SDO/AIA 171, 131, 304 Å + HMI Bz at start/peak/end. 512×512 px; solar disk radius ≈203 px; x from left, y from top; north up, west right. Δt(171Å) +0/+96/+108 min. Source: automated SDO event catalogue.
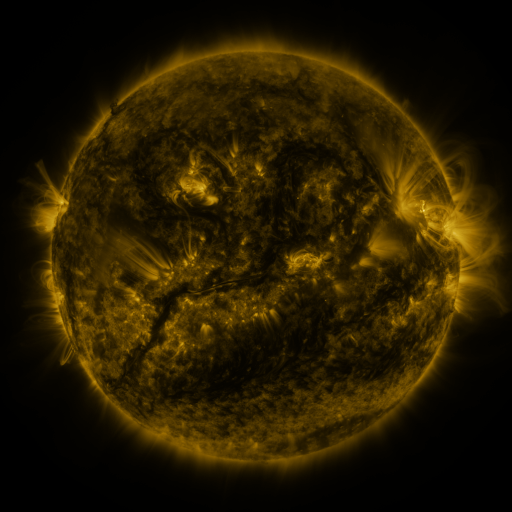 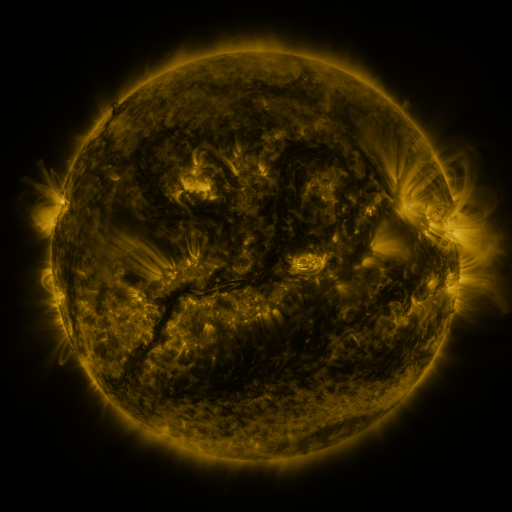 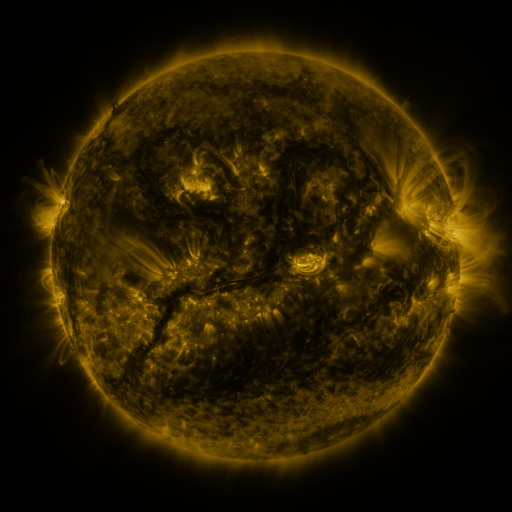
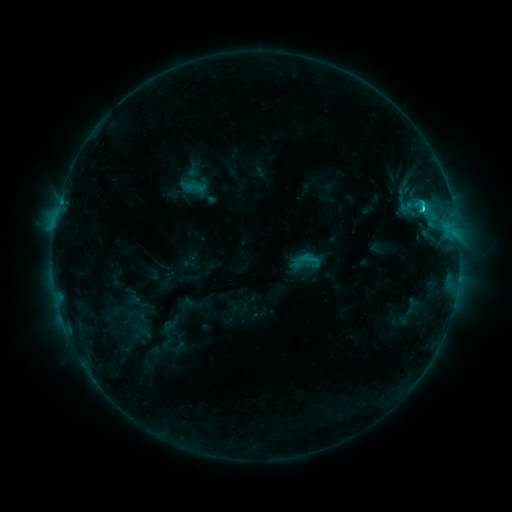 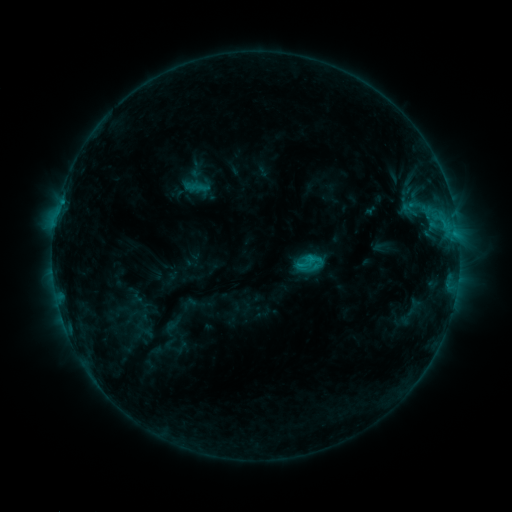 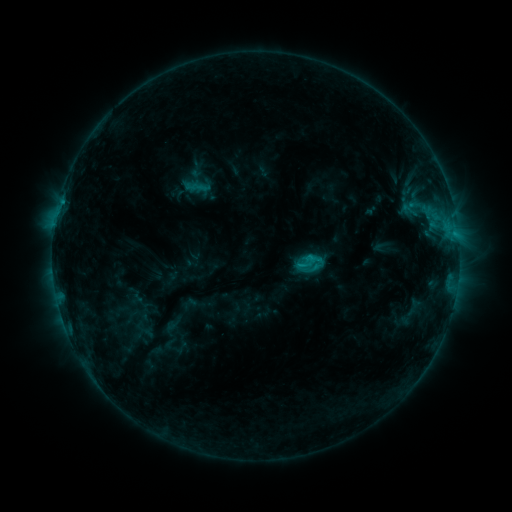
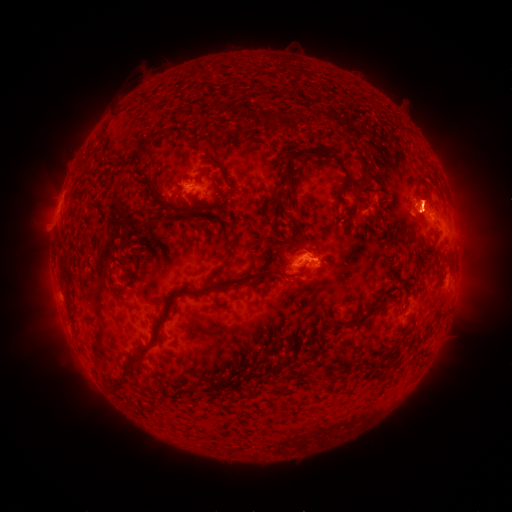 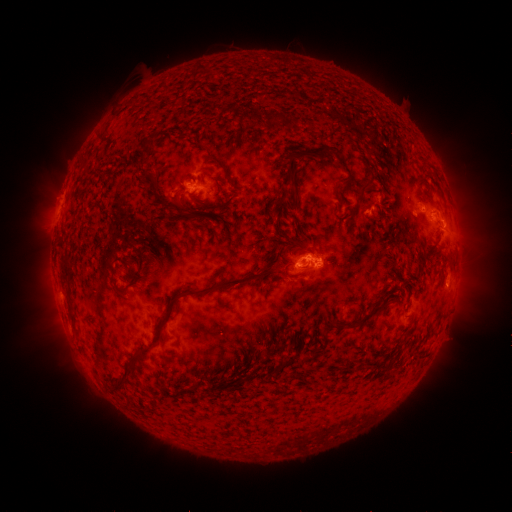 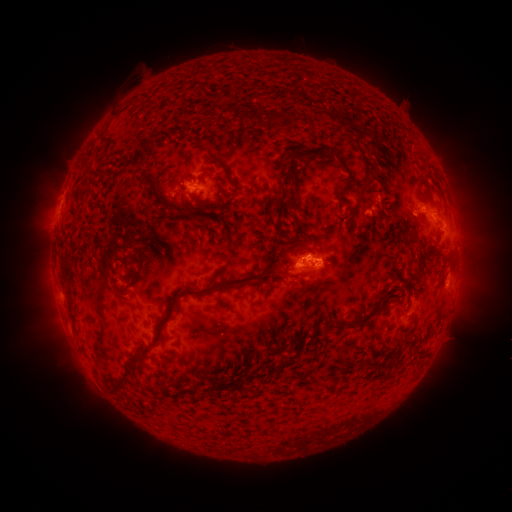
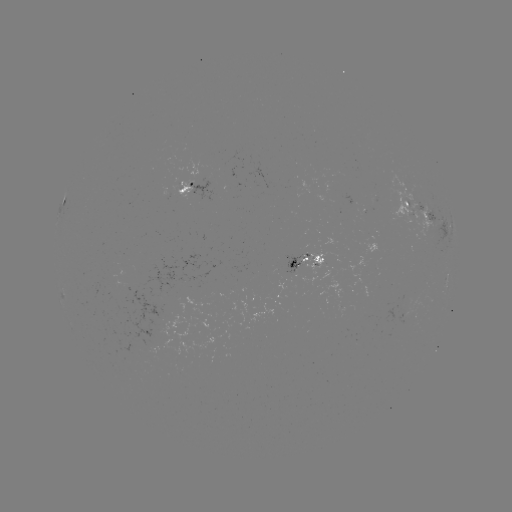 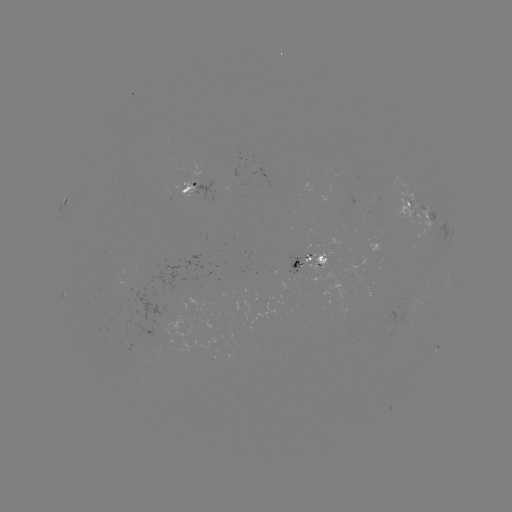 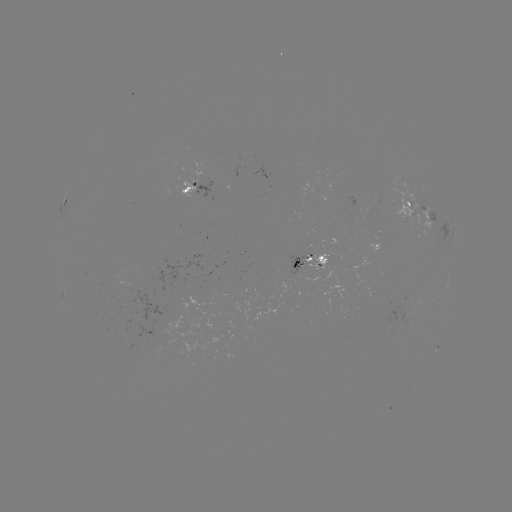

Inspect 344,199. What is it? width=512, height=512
emerging-flux region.